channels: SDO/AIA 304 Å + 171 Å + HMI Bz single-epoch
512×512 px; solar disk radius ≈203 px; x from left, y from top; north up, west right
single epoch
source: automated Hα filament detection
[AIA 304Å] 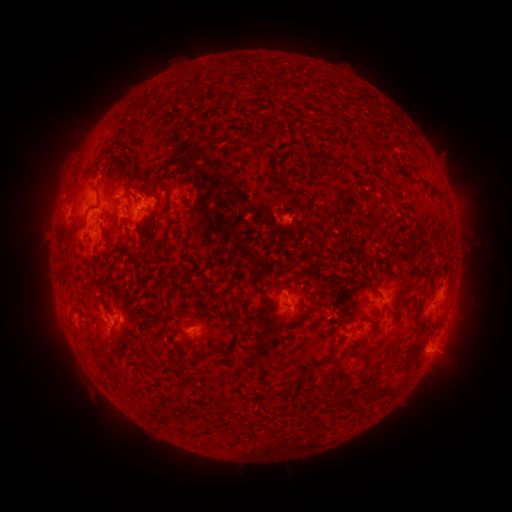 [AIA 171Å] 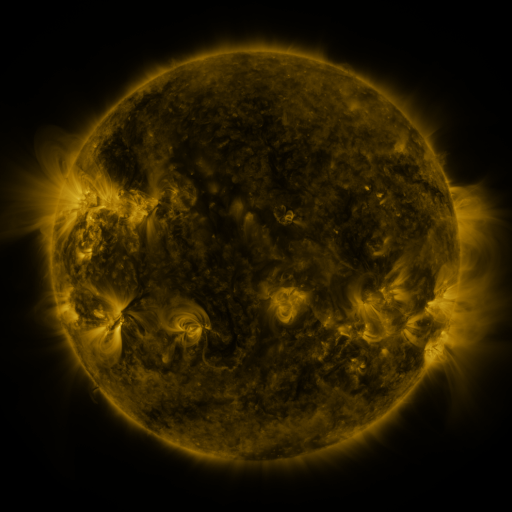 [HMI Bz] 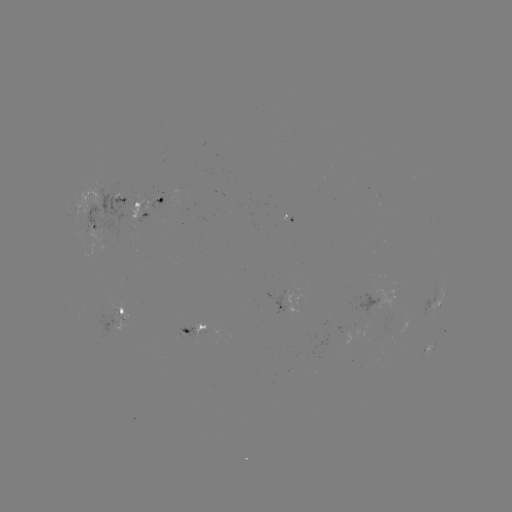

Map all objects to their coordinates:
filament: (416, 178, 432, 189)
filament: (179, 187, 189, 193)
filament: (433, 189, 442, 196)
filament: (178, 238, 188, 247)
filament: (357, 280, 375, 291)
filament: (228, 311, 243, 324)
filament: (320, 342, 338, 366)
filament: (330, 387, 350, 409)
